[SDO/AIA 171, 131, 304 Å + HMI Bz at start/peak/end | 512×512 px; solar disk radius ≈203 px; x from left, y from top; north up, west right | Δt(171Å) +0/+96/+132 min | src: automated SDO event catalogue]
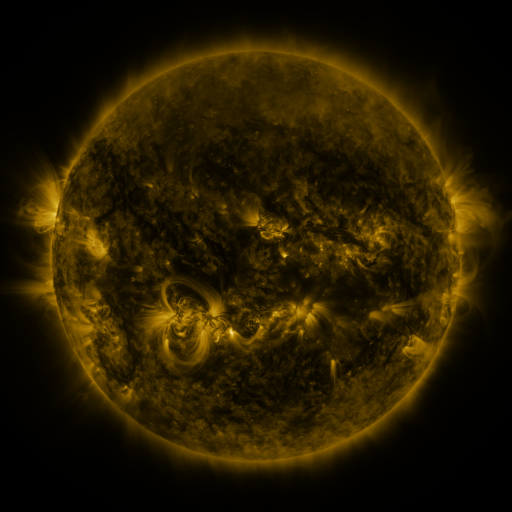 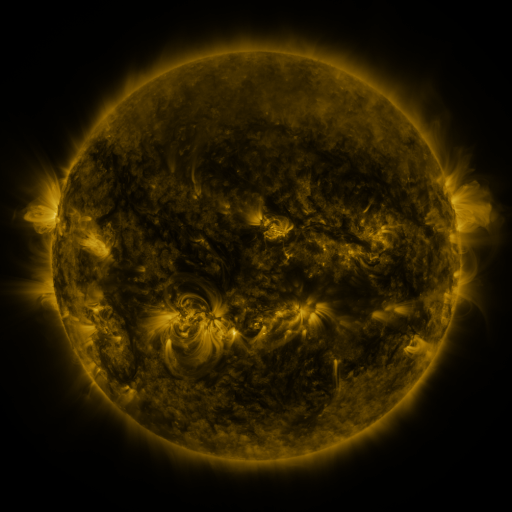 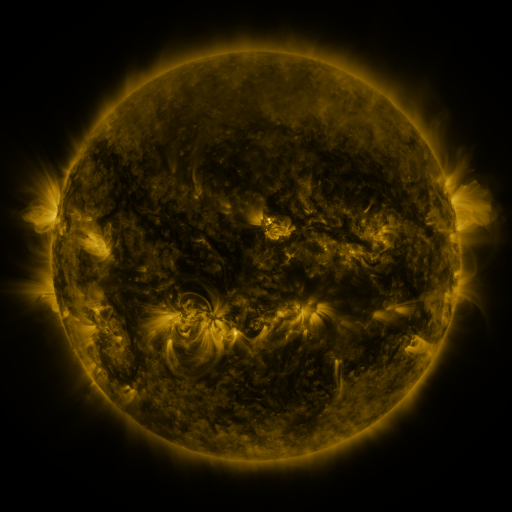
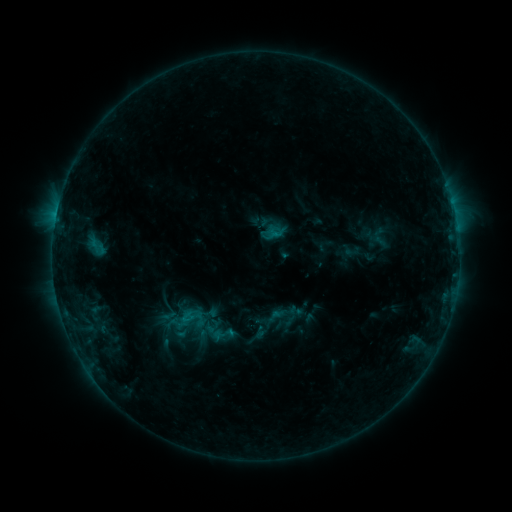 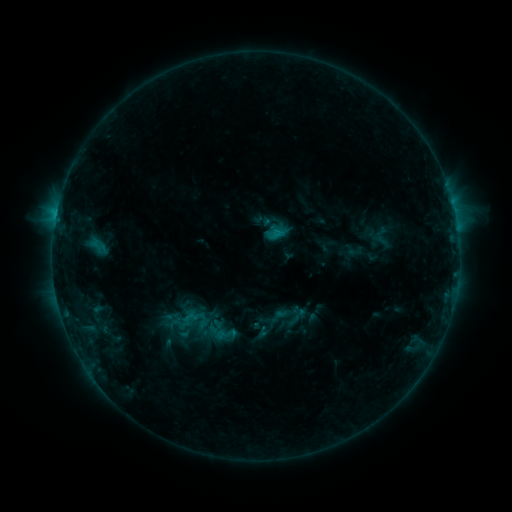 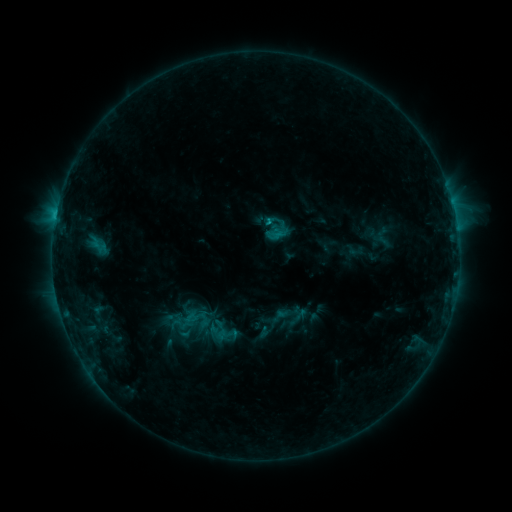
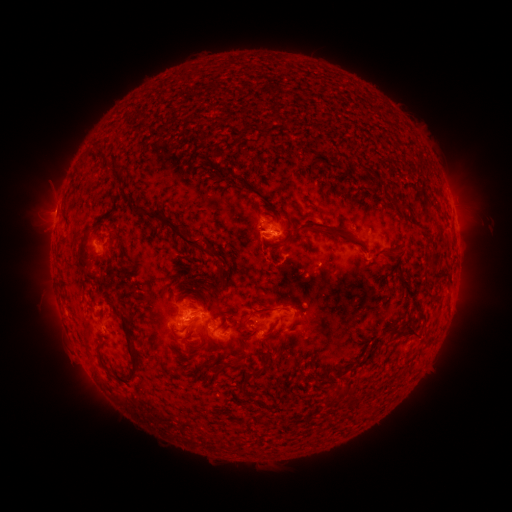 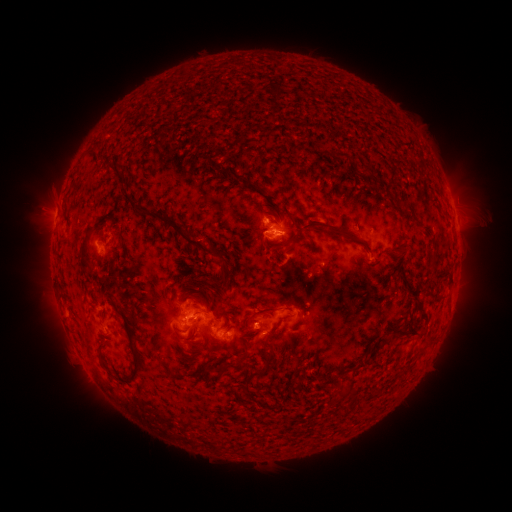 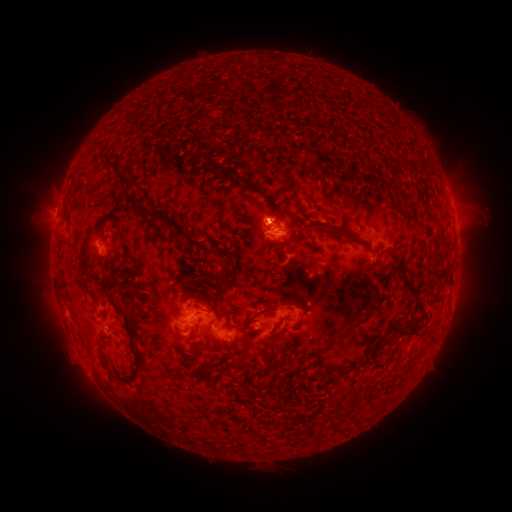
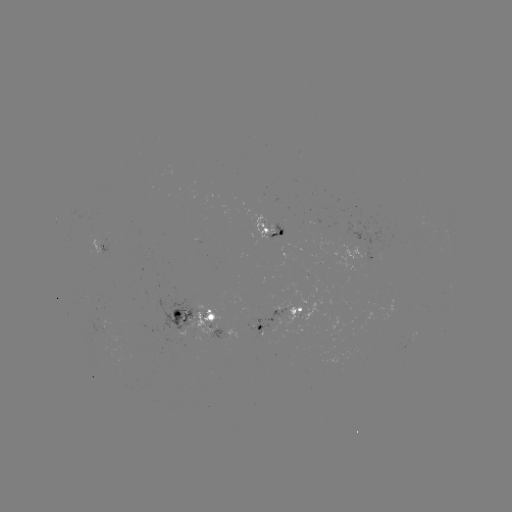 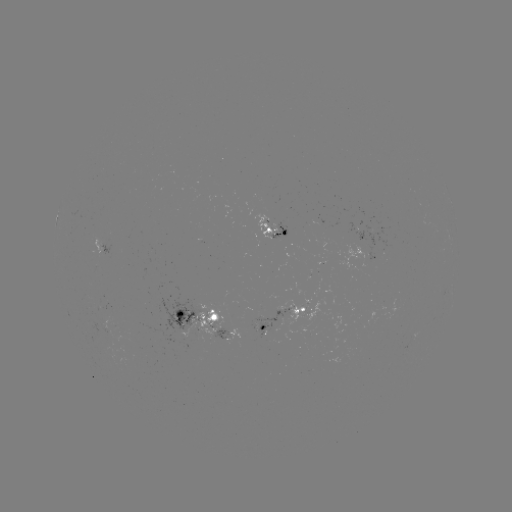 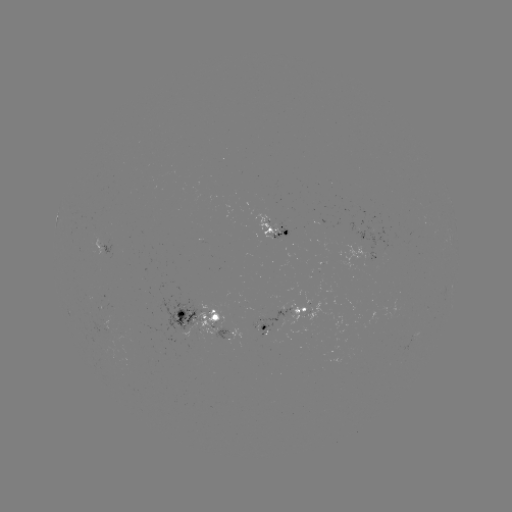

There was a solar emerging-flux region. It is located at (268, 226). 